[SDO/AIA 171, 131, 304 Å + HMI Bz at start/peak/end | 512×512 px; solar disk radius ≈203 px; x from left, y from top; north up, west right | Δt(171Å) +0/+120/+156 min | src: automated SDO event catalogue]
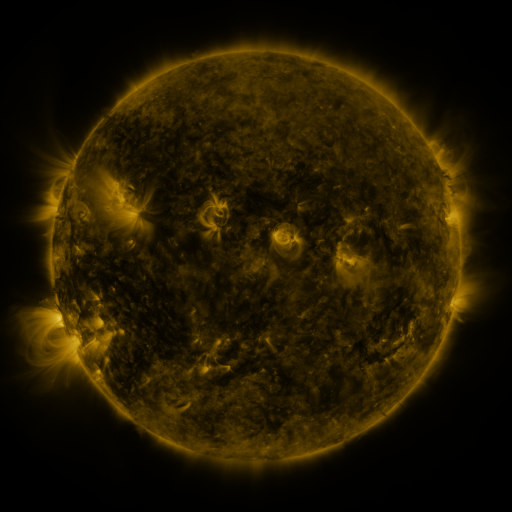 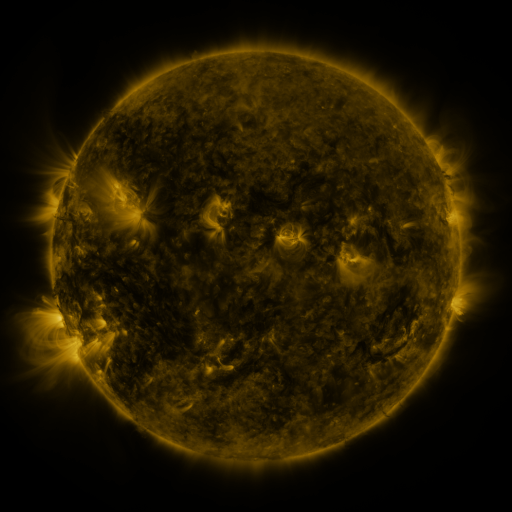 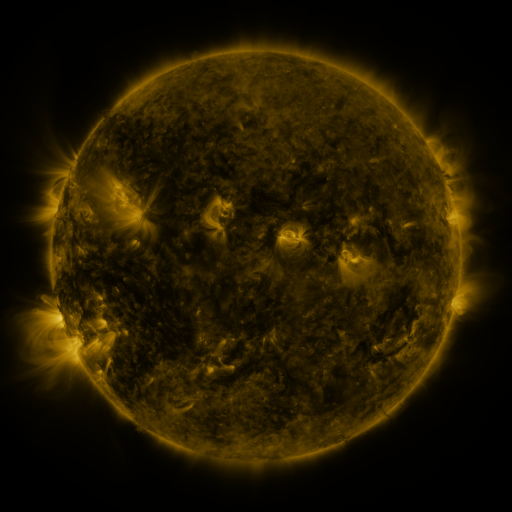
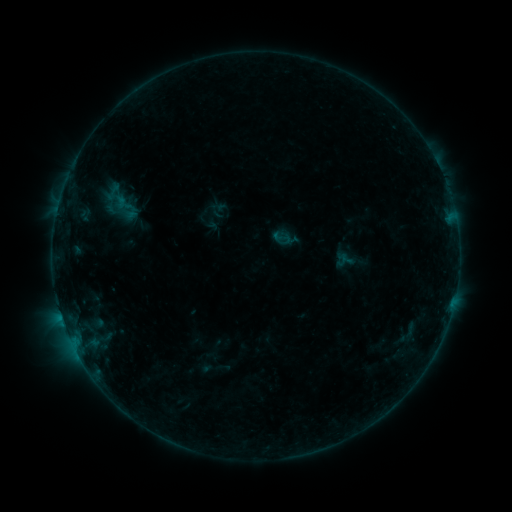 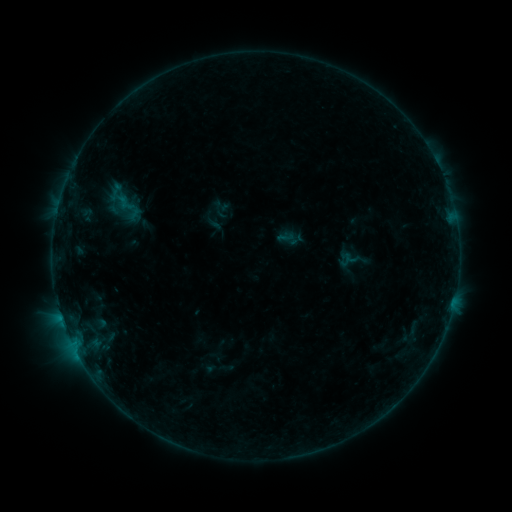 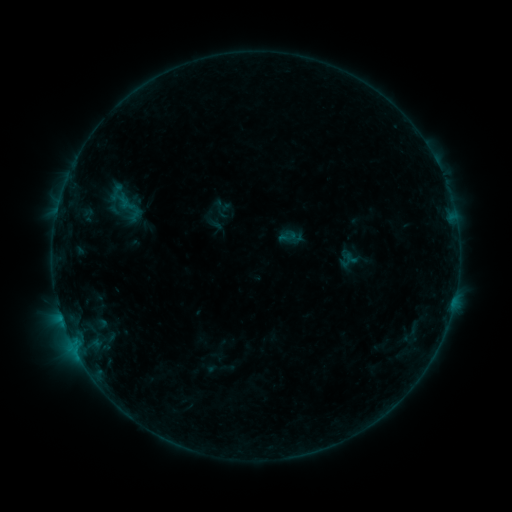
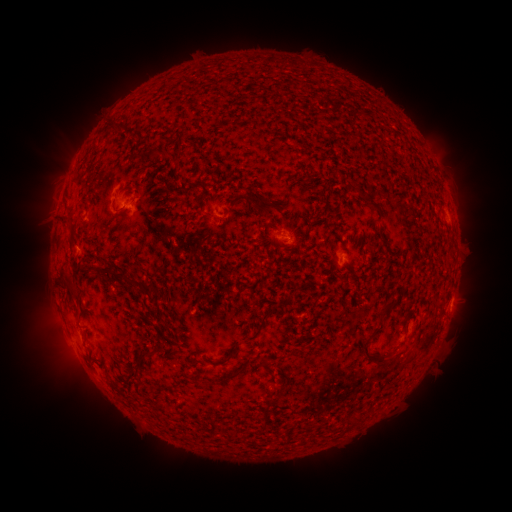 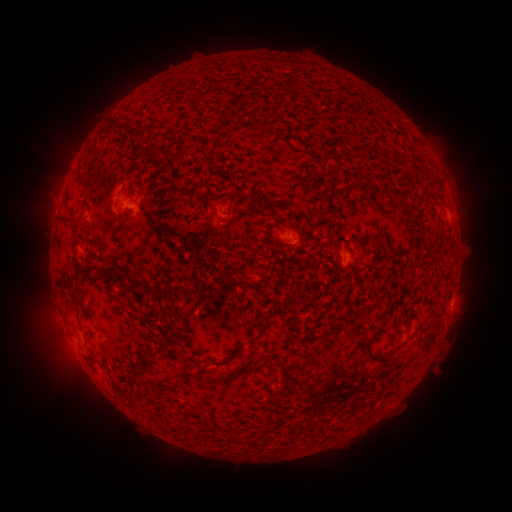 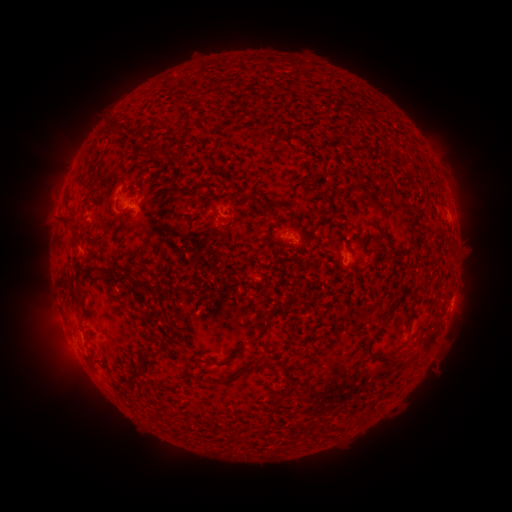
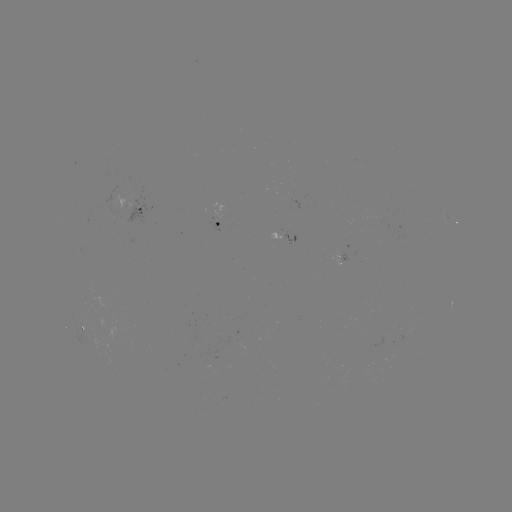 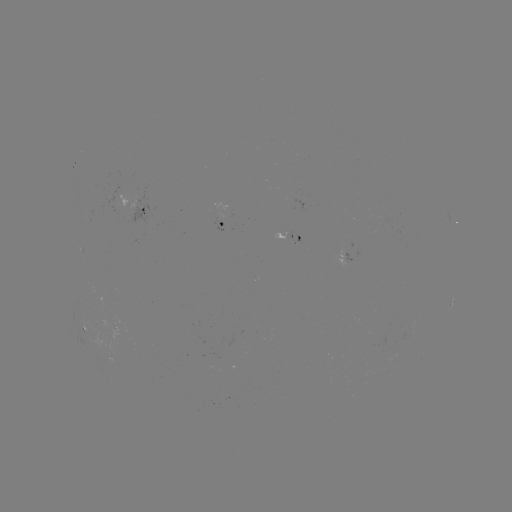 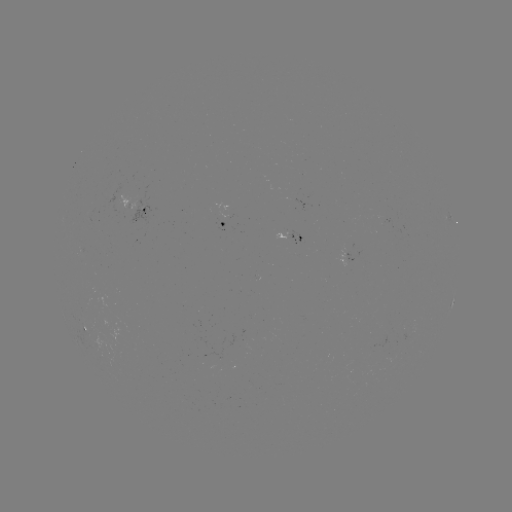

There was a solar emerging-flux region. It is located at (219, 213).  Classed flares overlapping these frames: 1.